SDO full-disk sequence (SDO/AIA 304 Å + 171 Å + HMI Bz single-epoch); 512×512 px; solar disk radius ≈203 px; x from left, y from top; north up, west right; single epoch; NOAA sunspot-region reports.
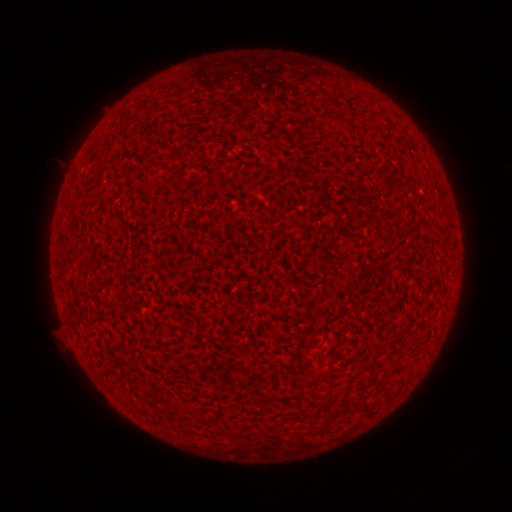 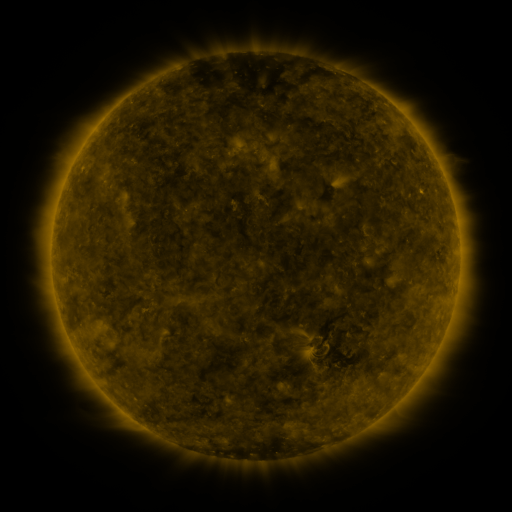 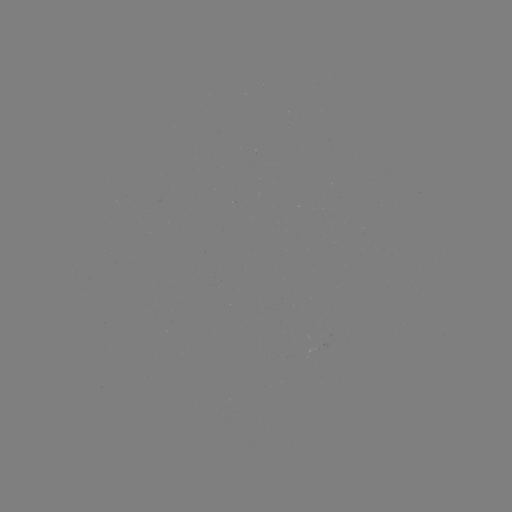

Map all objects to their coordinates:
(none)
